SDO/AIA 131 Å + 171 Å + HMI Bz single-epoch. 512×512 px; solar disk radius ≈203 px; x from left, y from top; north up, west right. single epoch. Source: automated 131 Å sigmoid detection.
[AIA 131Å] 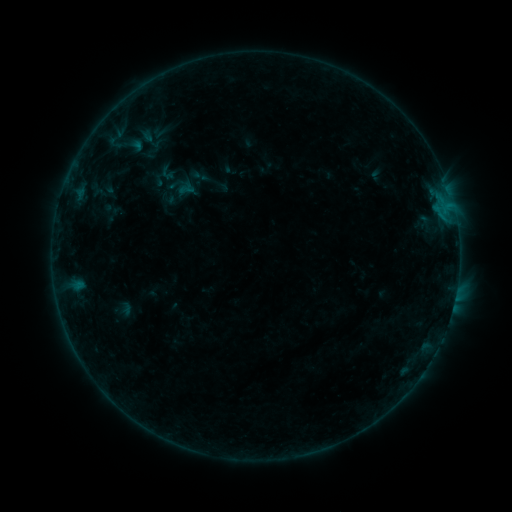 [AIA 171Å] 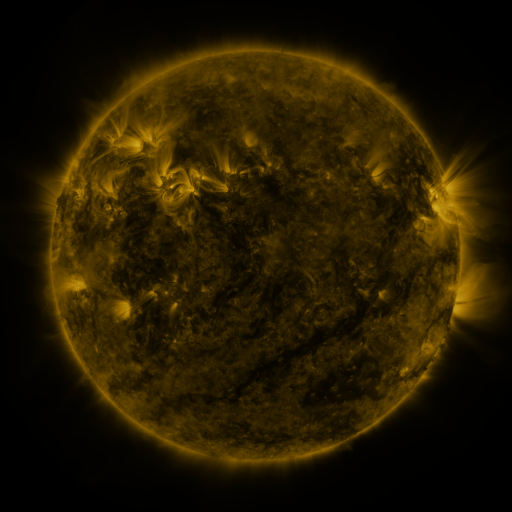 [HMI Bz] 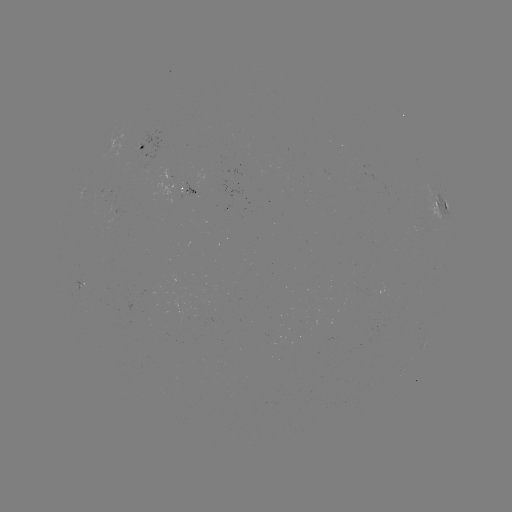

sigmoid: [138, 126, 165, 153]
